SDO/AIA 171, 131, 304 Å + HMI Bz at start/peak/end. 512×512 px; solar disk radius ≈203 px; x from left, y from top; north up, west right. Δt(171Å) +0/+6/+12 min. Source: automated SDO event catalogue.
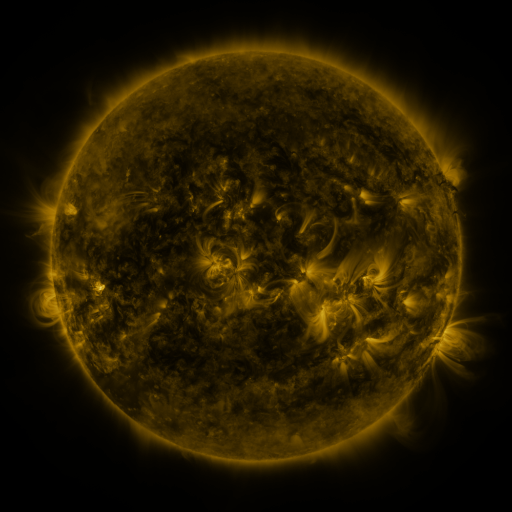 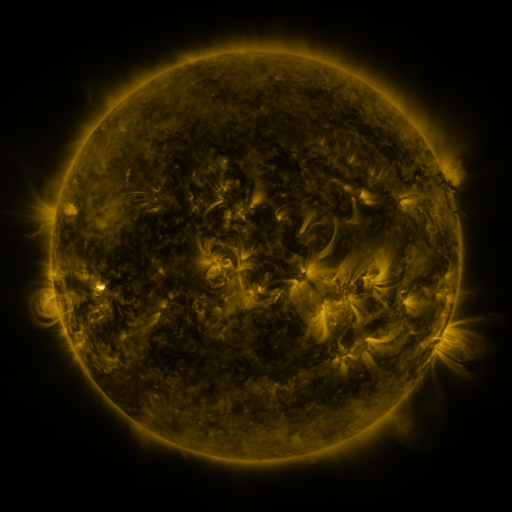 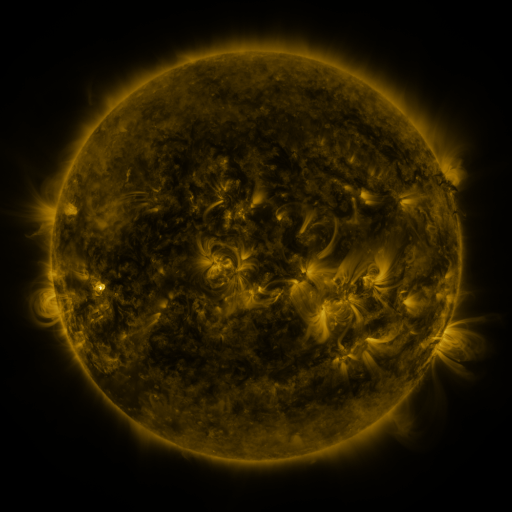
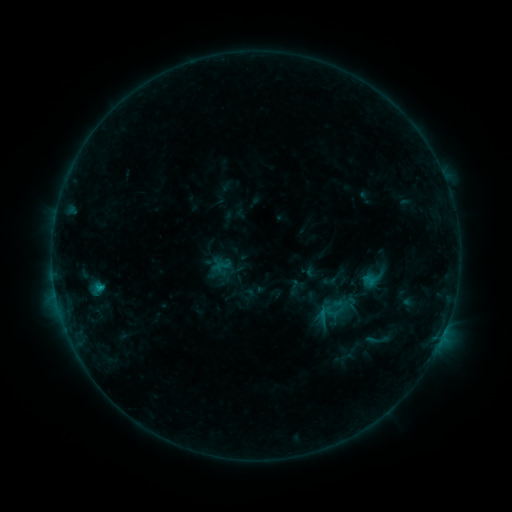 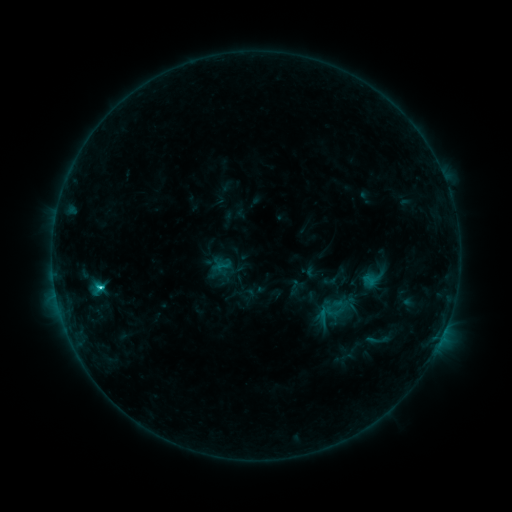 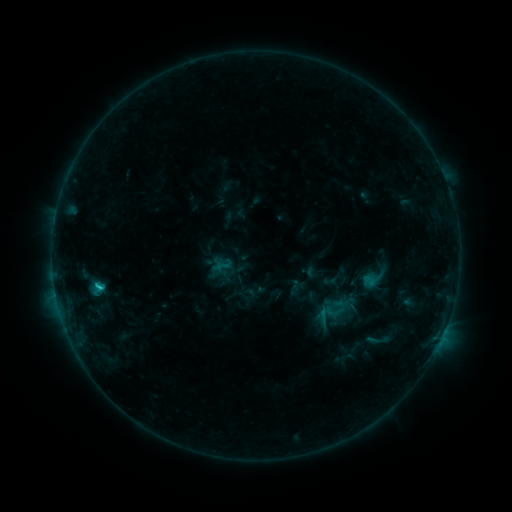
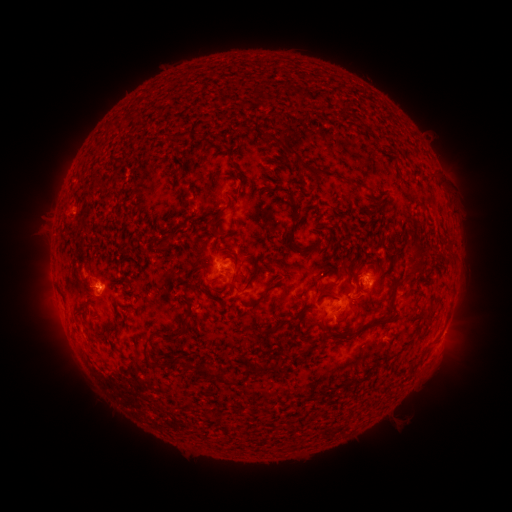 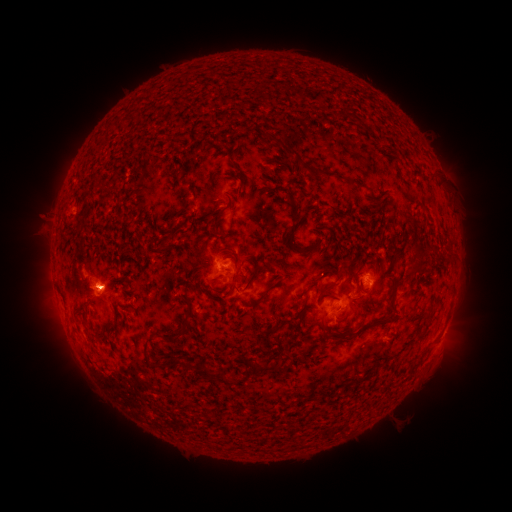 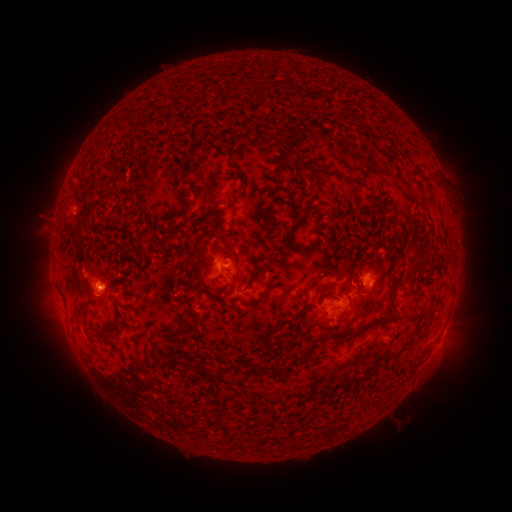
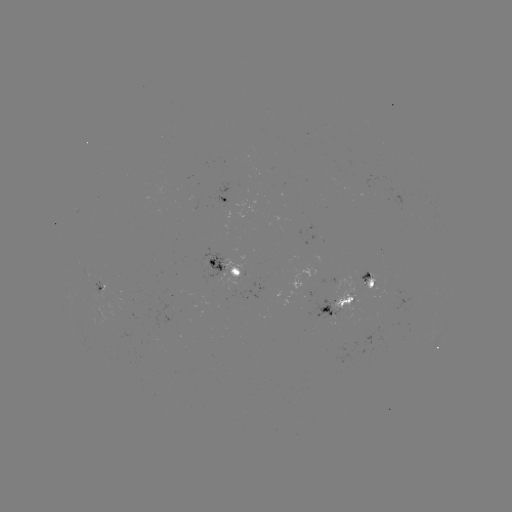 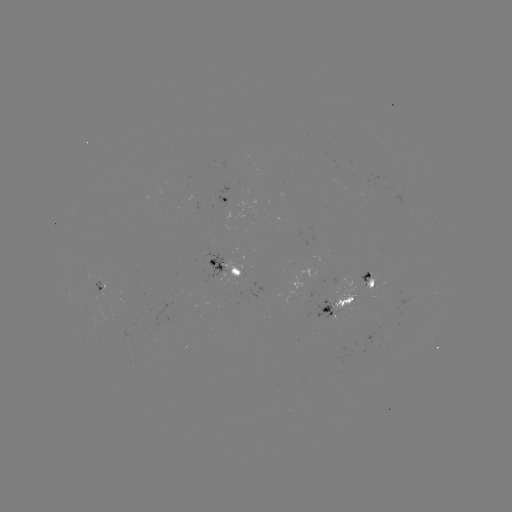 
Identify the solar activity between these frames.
C2.1 flare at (102, 285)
